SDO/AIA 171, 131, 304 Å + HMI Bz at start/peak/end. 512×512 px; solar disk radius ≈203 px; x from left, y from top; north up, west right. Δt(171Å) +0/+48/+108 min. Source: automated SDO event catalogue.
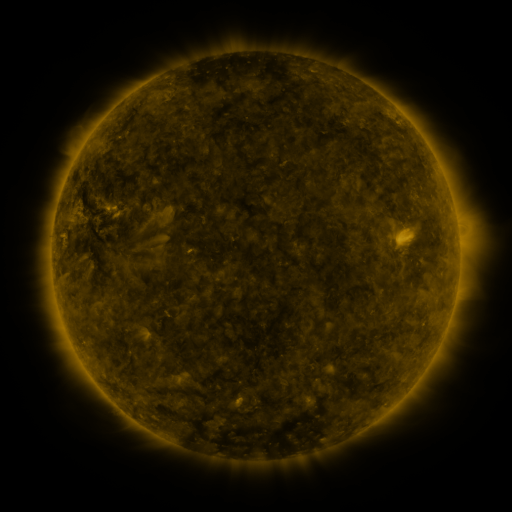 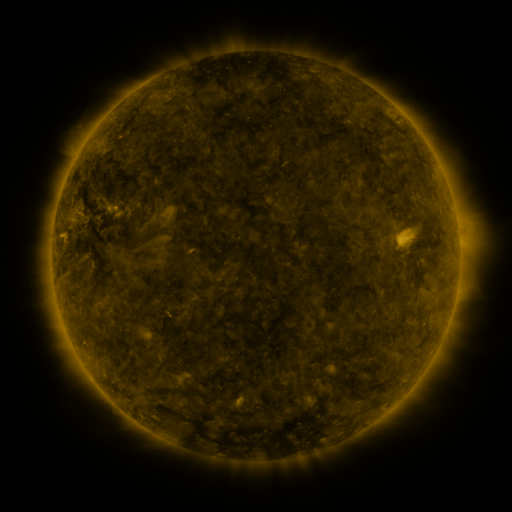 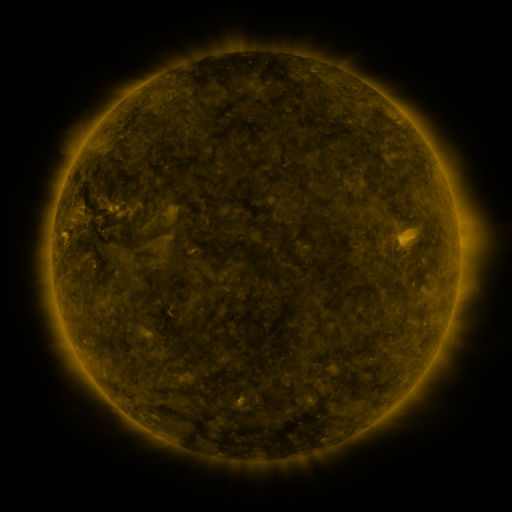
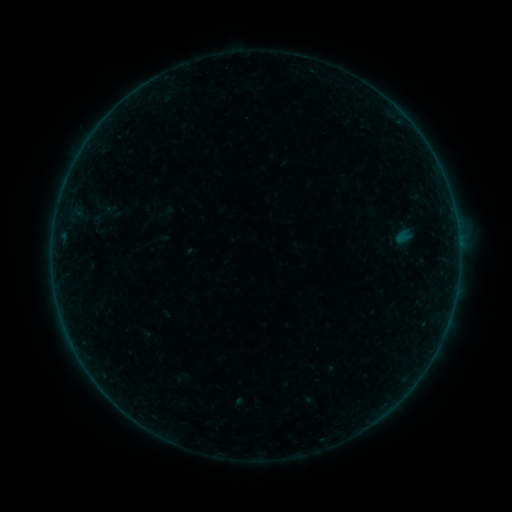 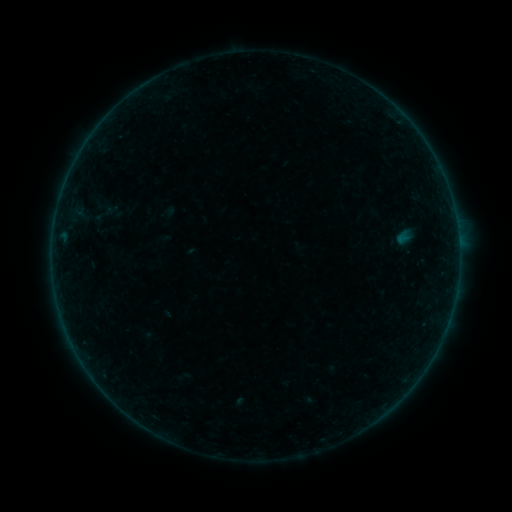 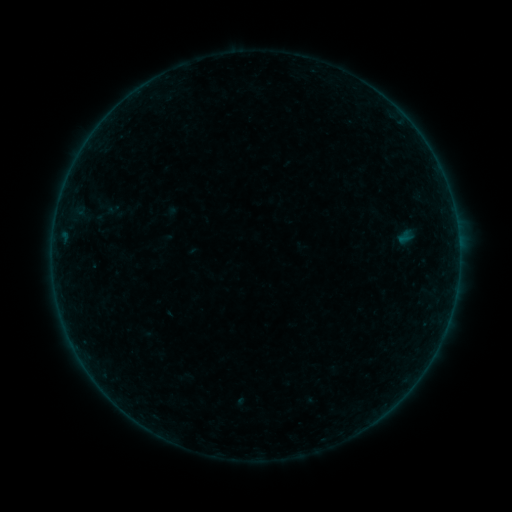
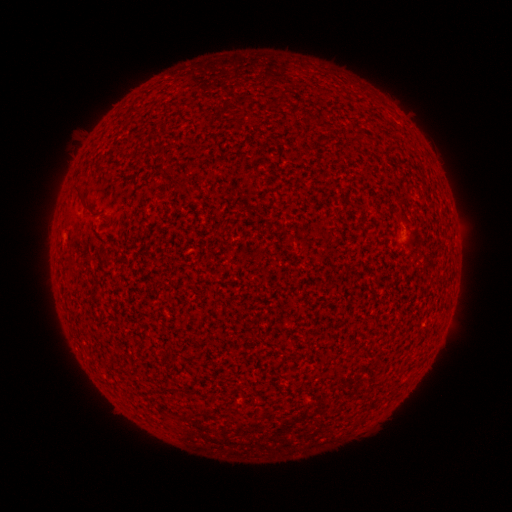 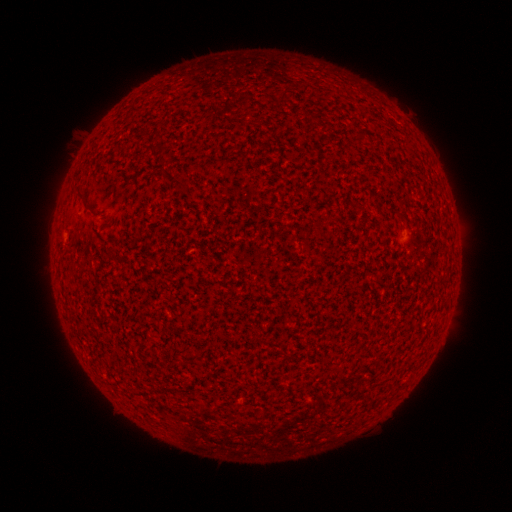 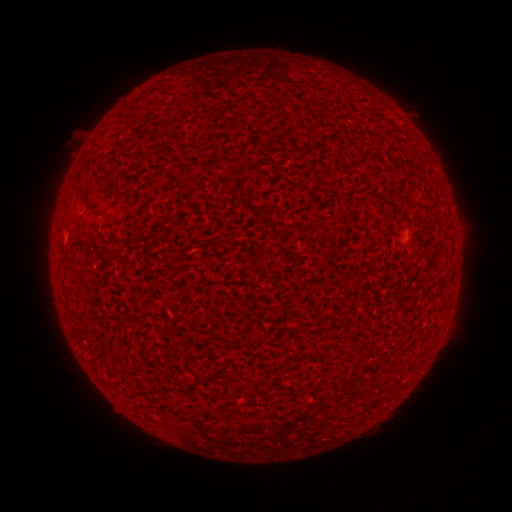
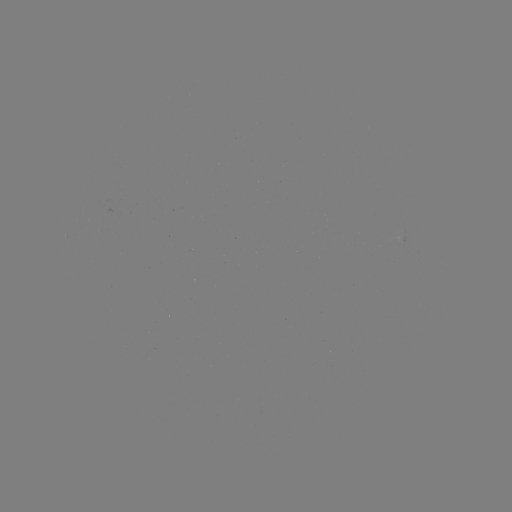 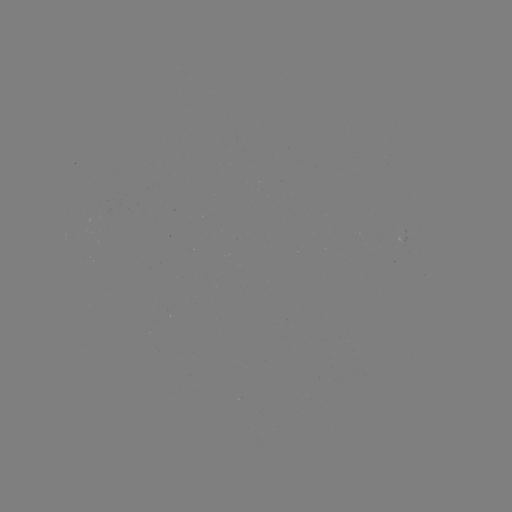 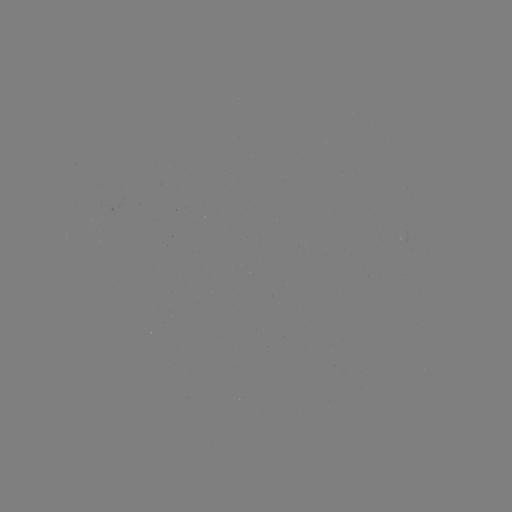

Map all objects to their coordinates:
A2.1 flare: (63, 234)
